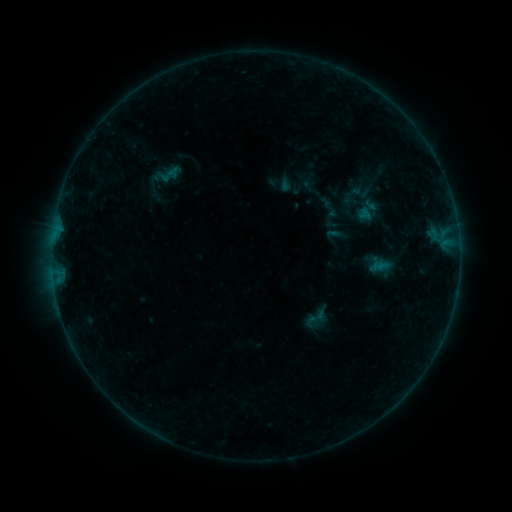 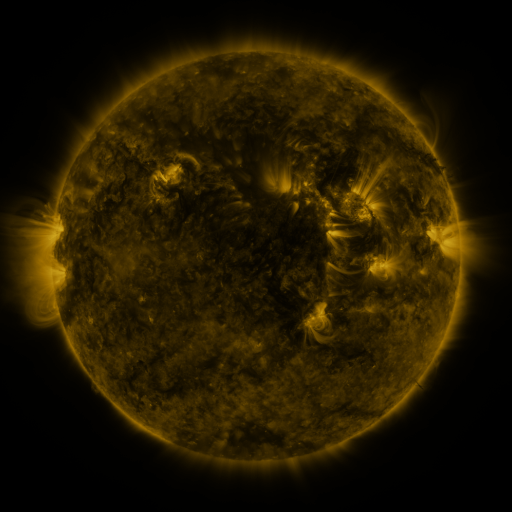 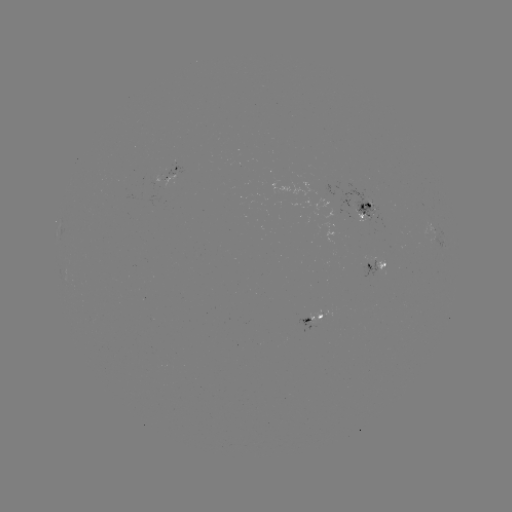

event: sigmoid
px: (353, 194)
